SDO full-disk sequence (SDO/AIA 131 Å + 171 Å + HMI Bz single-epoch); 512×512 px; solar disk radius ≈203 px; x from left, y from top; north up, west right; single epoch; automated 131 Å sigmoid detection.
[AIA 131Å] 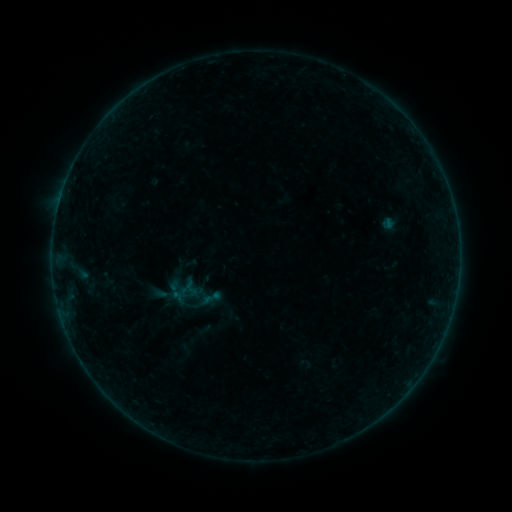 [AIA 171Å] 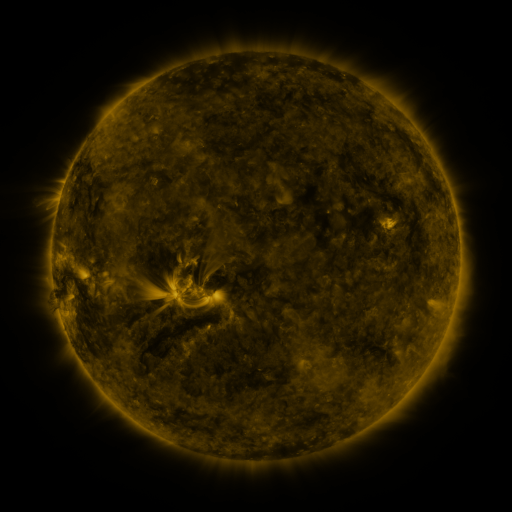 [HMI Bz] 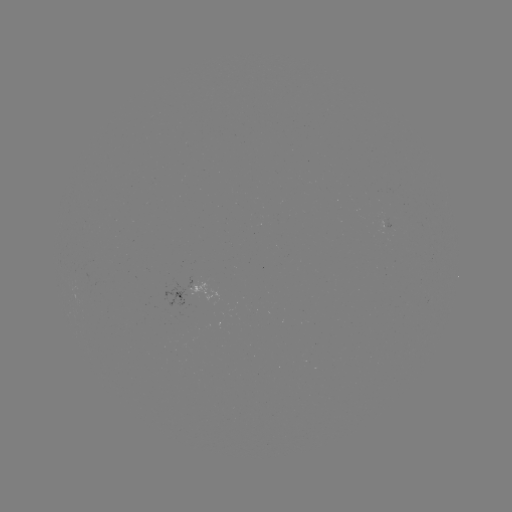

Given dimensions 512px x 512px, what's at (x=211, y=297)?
sigmoid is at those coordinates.